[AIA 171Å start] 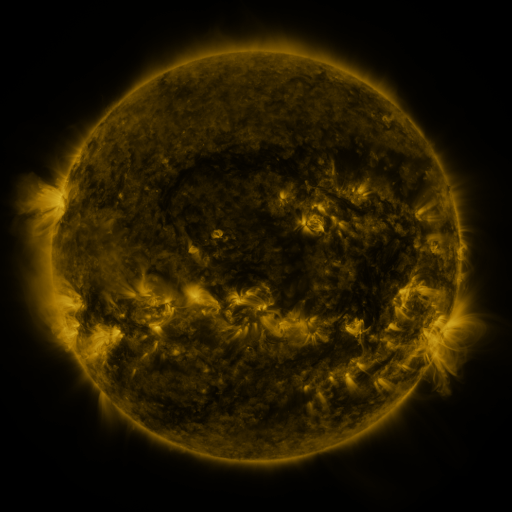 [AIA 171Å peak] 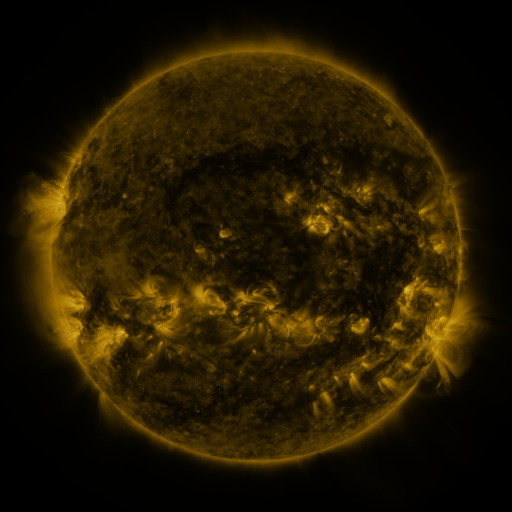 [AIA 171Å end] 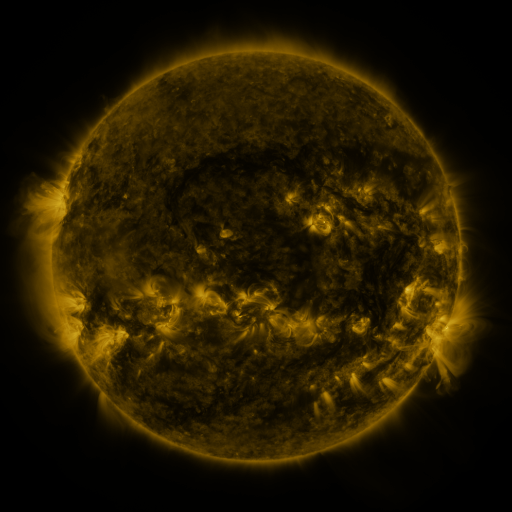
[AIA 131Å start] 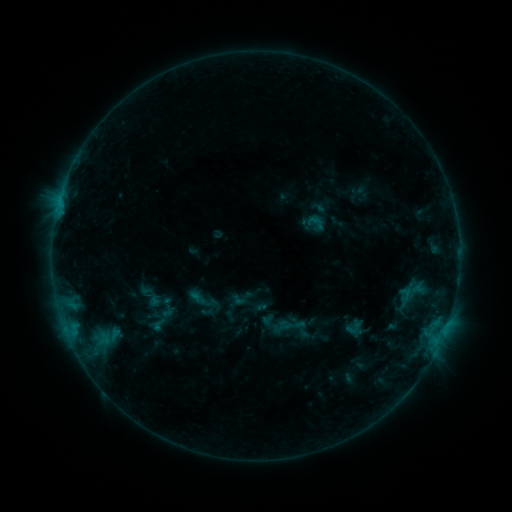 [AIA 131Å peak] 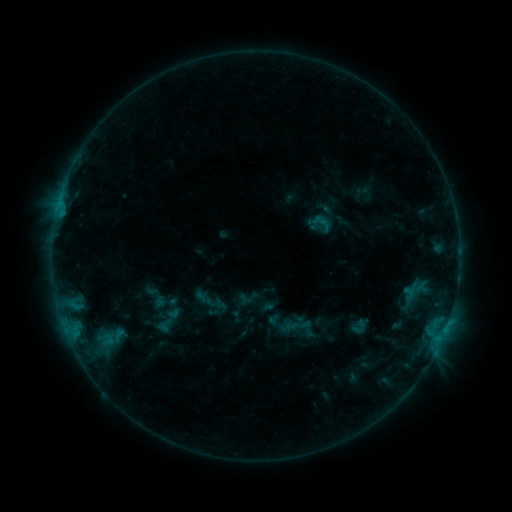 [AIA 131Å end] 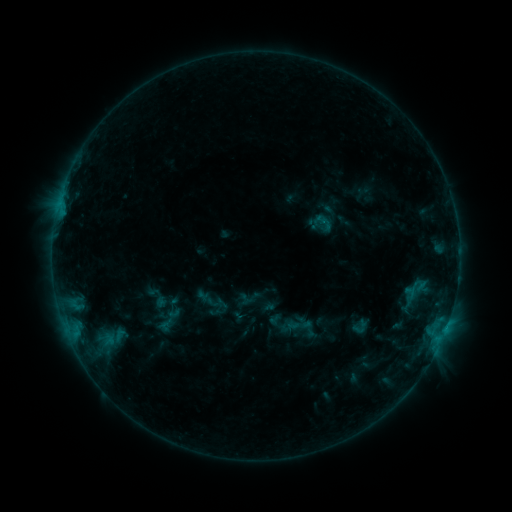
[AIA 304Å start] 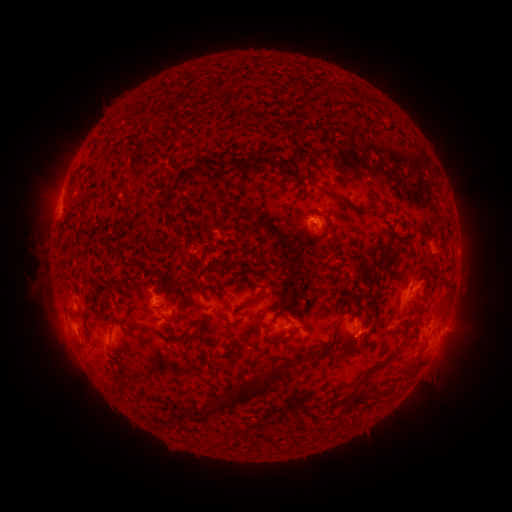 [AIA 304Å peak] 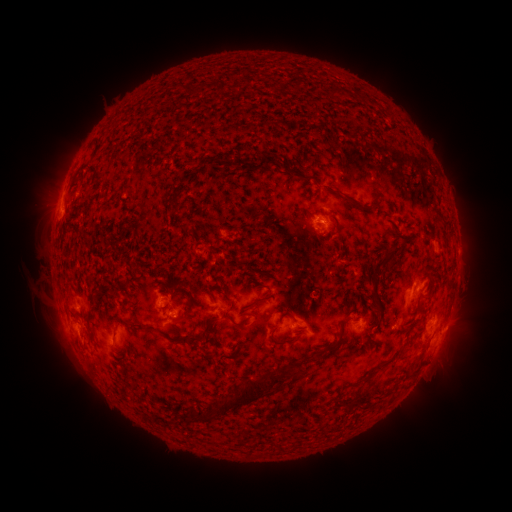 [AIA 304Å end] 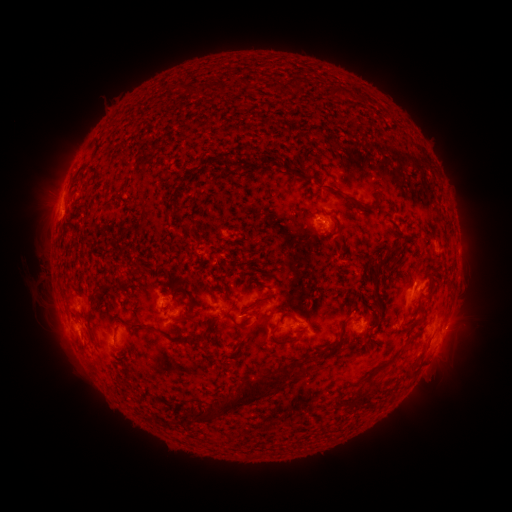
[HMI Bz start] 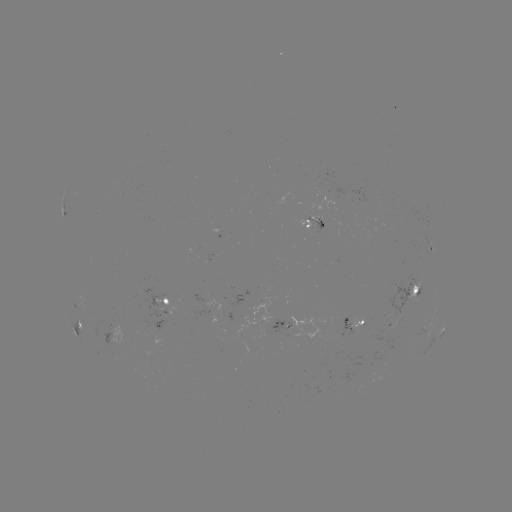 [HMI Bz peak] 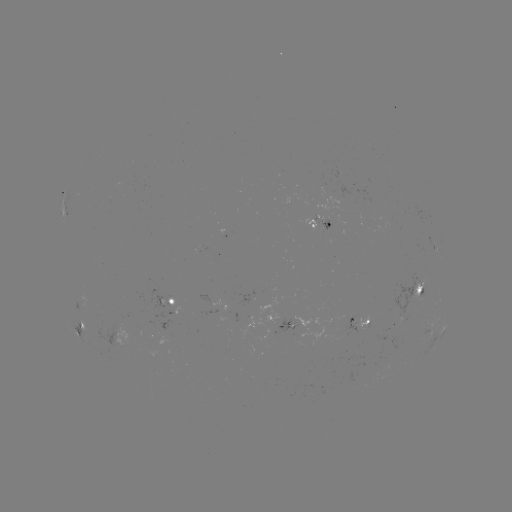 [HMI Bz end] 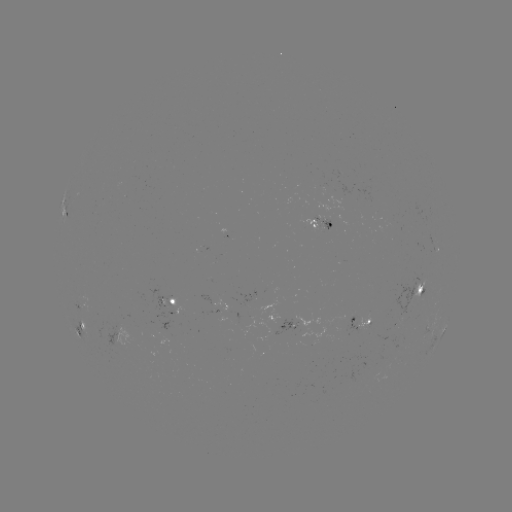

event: emerging-flux region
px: (327, 228)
